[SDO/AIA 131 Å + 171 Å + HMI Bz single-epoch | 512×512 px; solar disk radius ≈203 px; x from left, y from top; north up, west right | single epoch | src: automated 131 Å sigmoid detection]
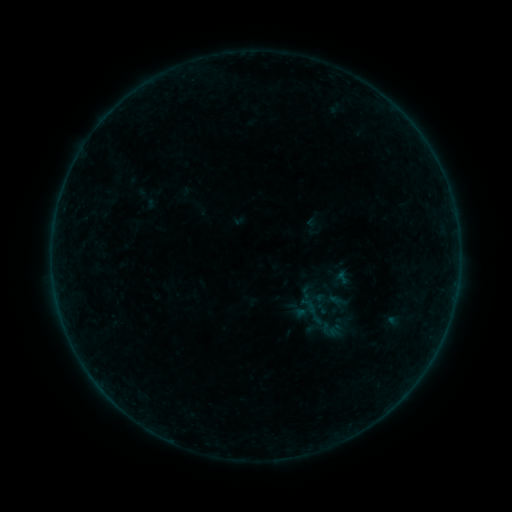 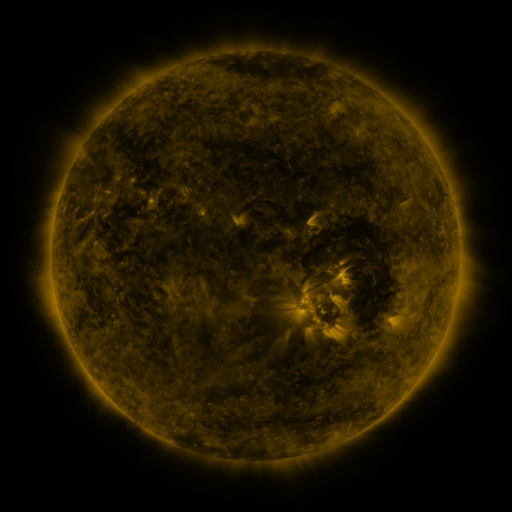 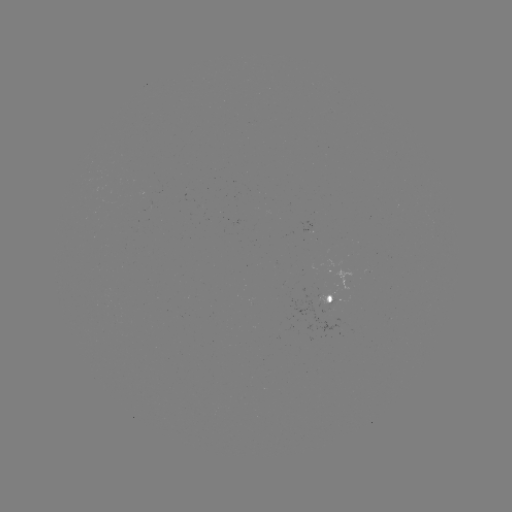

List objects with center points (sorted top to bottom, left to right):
sigmoid: (332, 330)
